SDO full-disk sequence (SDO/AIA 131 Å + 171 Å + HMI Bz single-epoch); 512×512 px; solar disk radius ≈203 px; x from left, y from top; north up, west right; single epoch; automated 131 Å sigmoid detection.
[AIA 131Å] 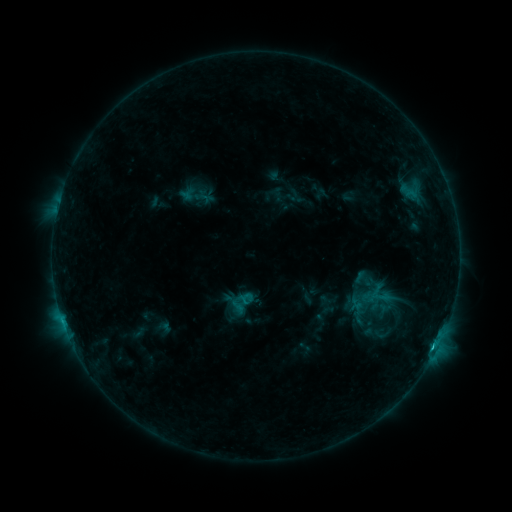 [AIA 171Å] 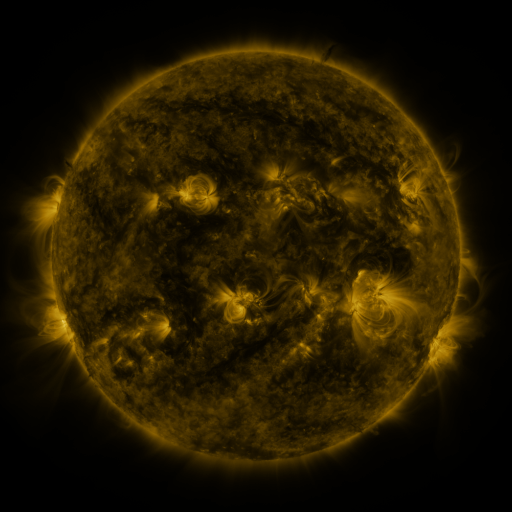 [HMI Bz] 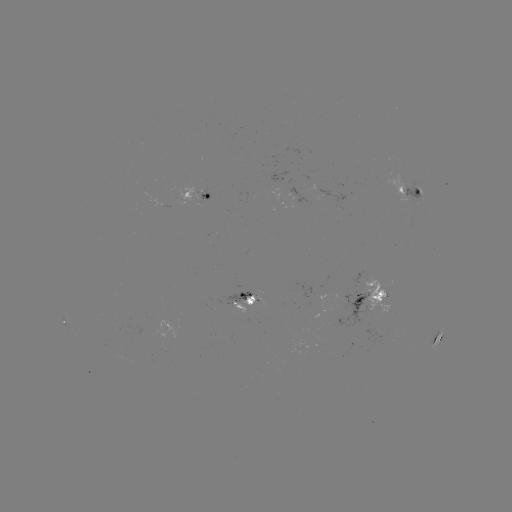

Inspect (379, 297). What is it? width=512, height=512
sigmoid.